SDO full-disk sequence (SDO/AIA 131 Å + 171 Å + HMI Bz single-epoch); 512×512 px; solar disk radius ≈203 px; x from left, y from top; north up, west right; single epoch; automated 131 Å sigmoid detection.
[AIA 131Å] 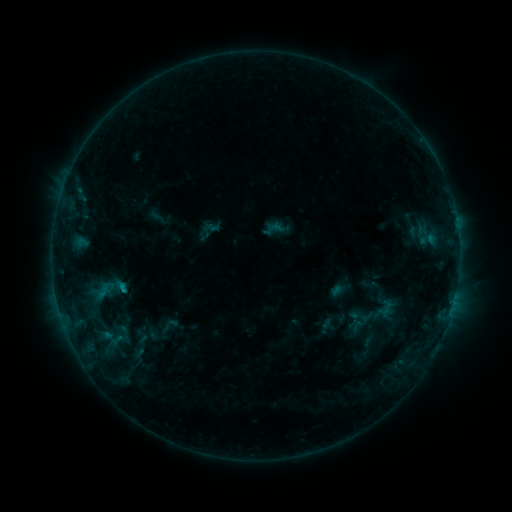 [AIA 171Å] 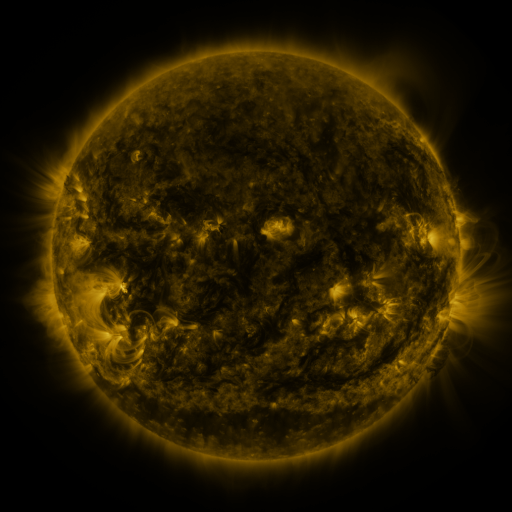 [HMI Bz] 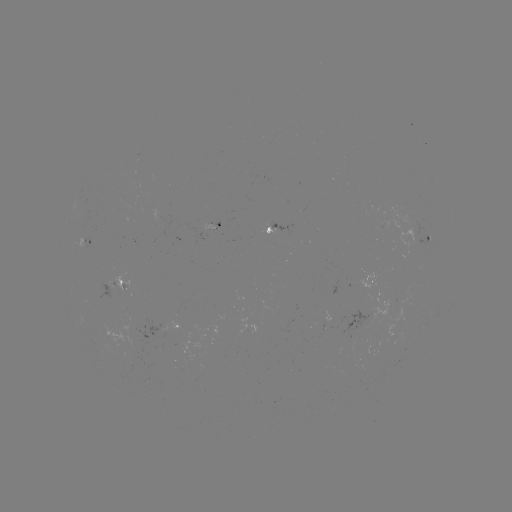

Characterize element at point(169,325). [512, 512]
sigmoid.